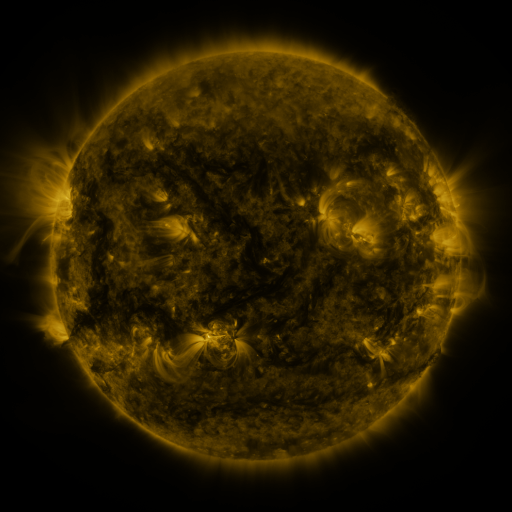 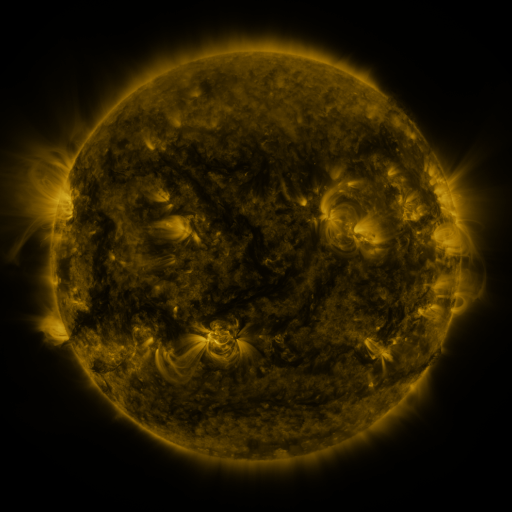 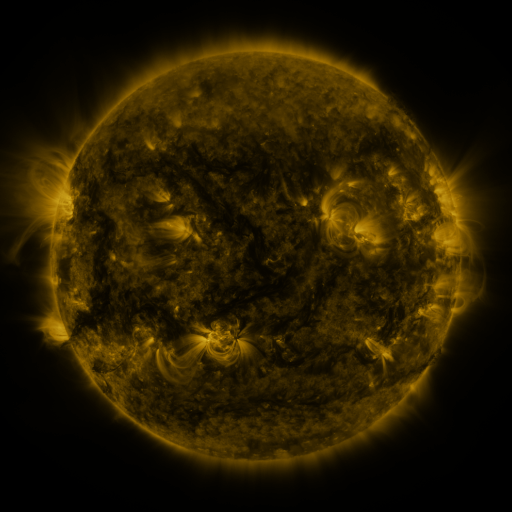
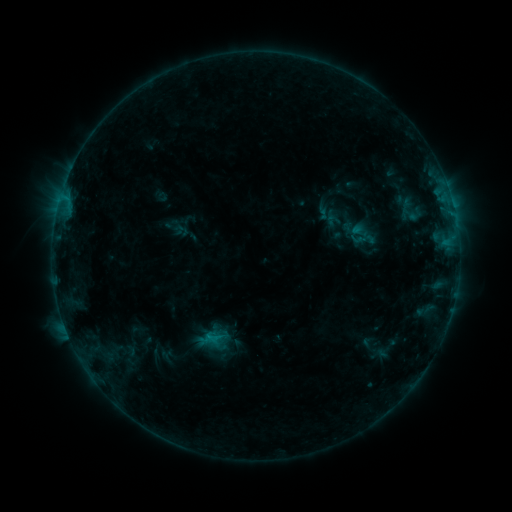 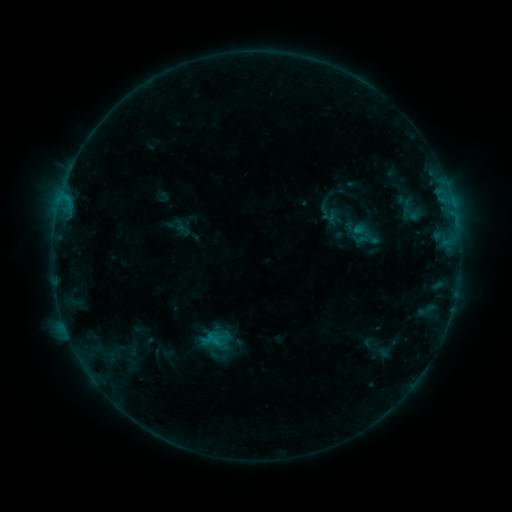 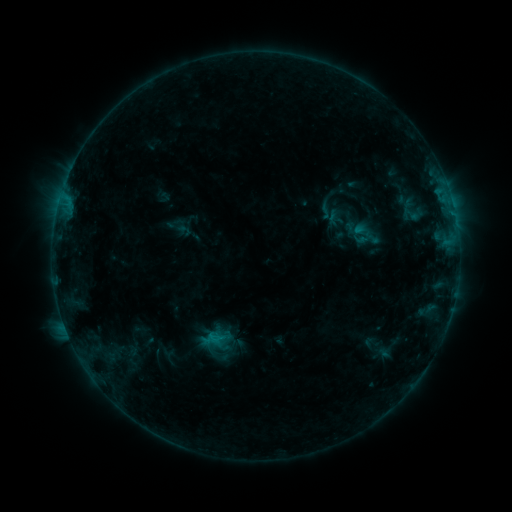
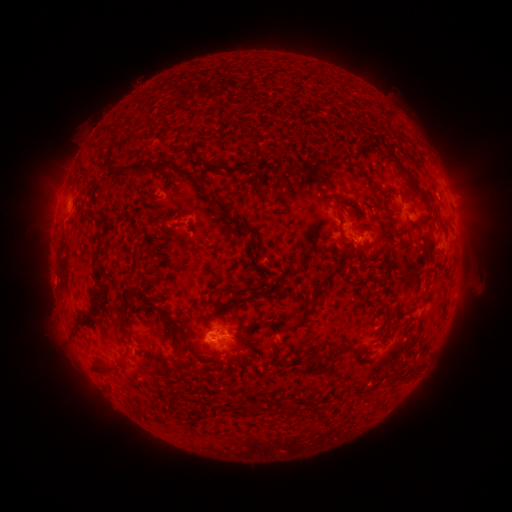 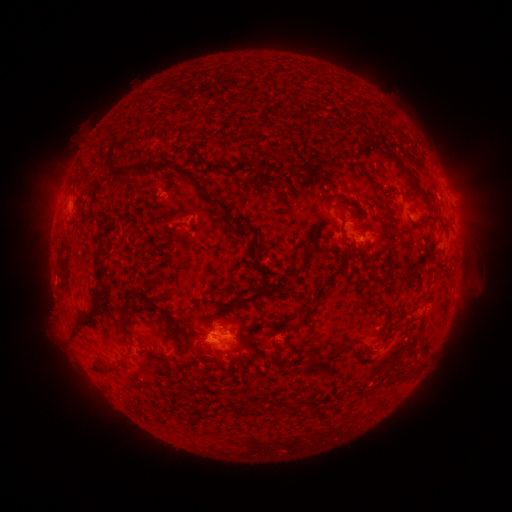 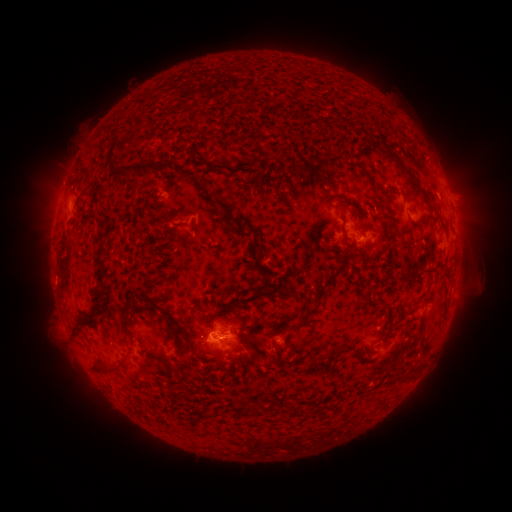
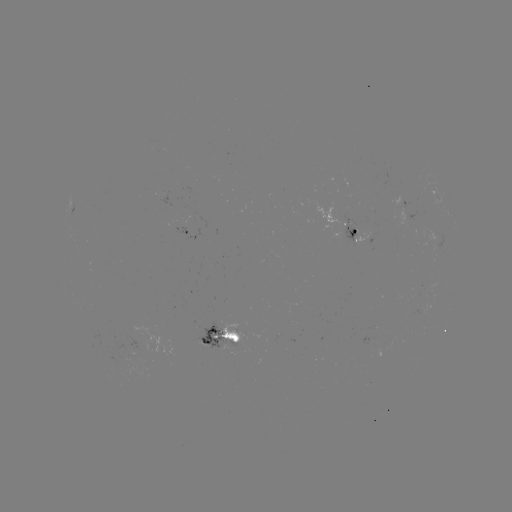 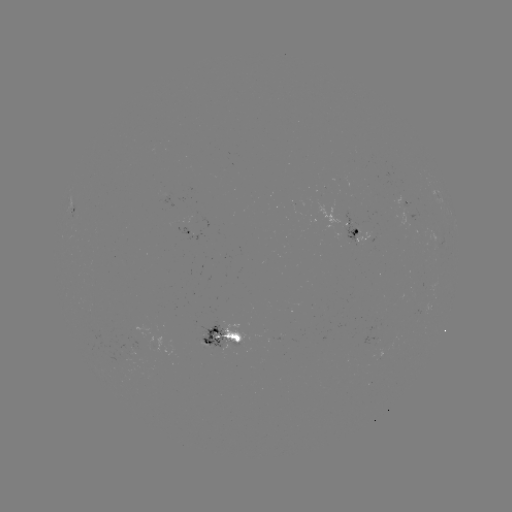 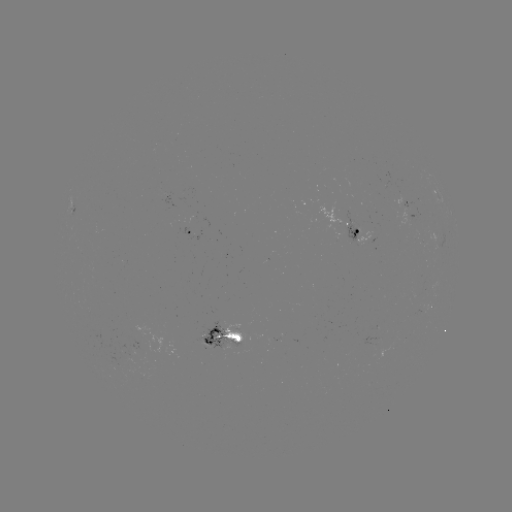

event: emerging-flux region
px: (163, 196)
